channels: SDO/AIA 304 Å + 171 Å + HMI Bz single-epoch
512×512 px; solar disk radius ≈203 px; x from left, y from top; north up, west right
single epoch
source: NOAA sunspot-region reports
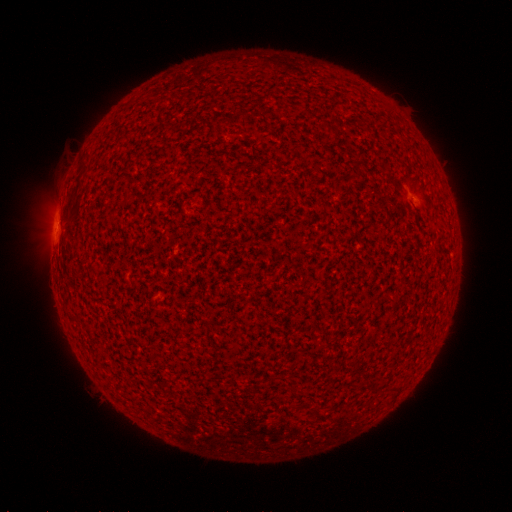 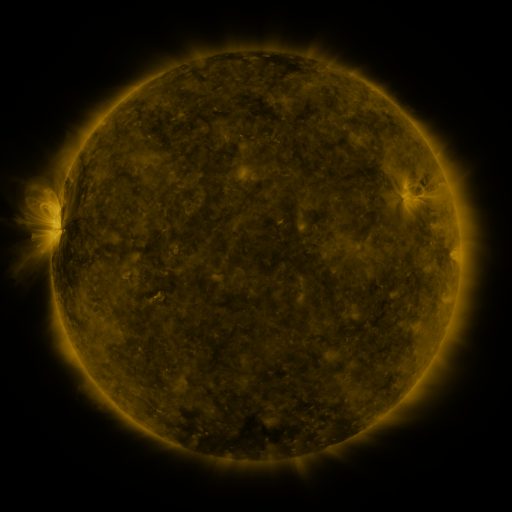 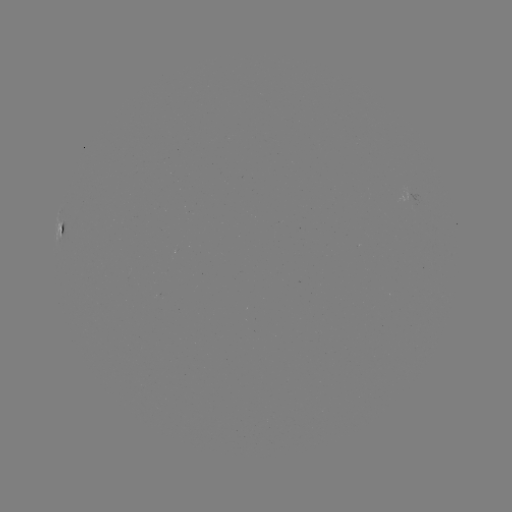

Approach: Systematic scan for spotted active region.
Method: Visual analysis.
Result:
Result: spotted active region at [63, 228].